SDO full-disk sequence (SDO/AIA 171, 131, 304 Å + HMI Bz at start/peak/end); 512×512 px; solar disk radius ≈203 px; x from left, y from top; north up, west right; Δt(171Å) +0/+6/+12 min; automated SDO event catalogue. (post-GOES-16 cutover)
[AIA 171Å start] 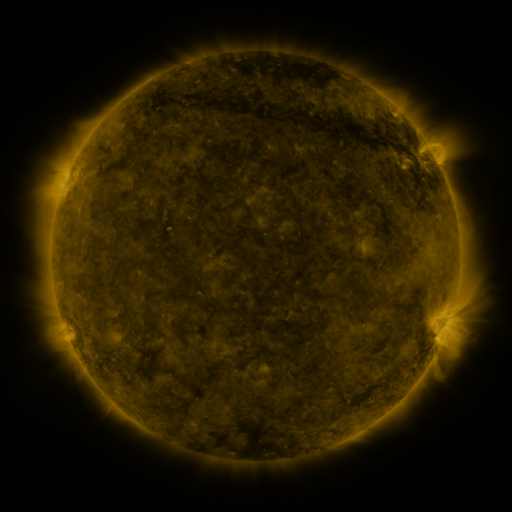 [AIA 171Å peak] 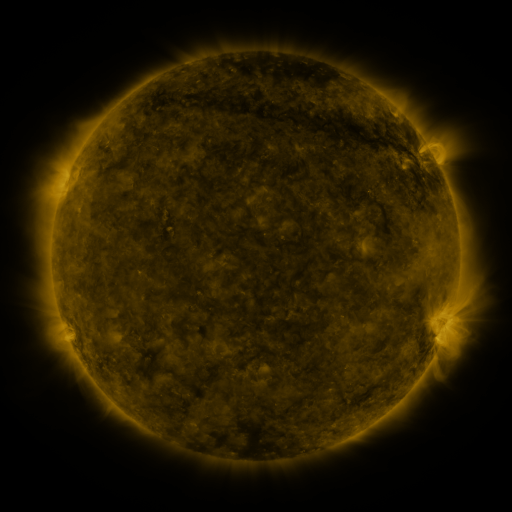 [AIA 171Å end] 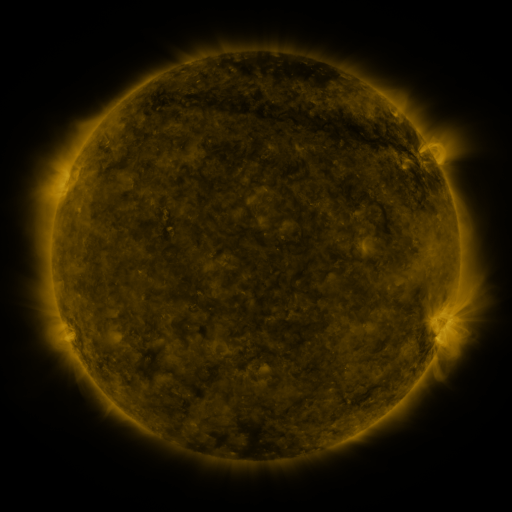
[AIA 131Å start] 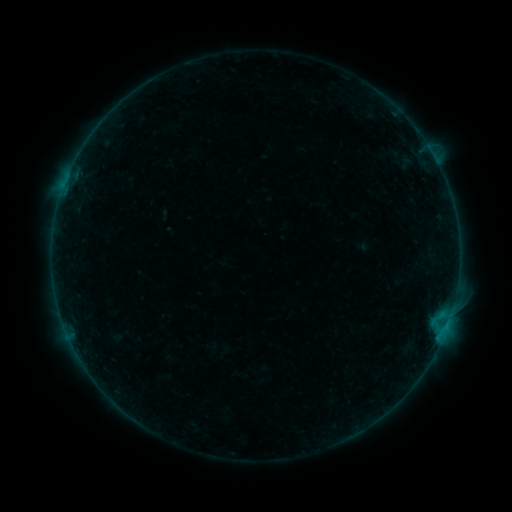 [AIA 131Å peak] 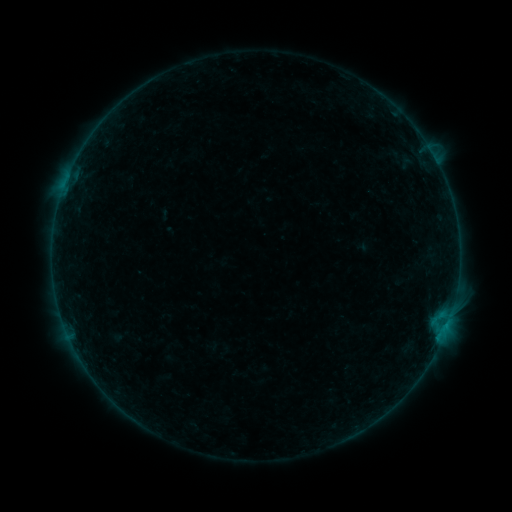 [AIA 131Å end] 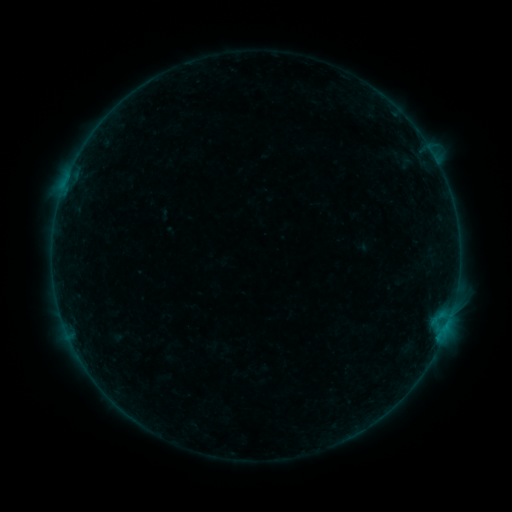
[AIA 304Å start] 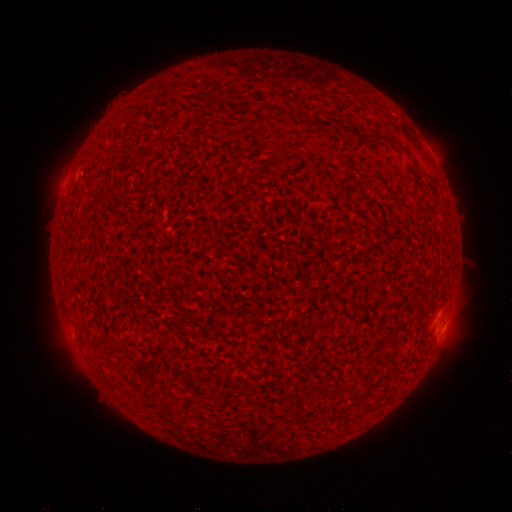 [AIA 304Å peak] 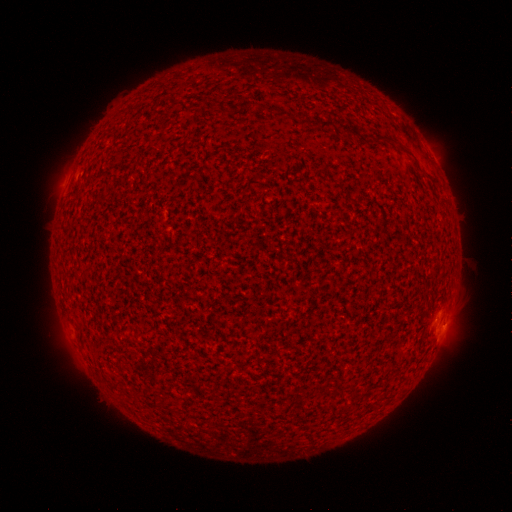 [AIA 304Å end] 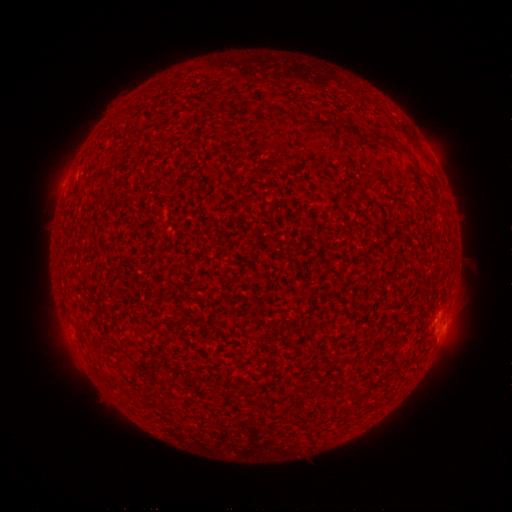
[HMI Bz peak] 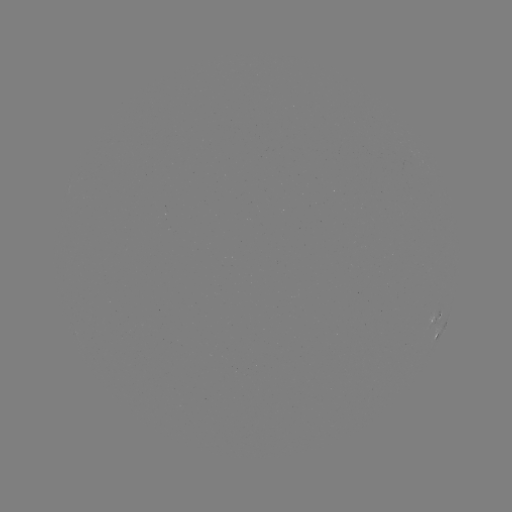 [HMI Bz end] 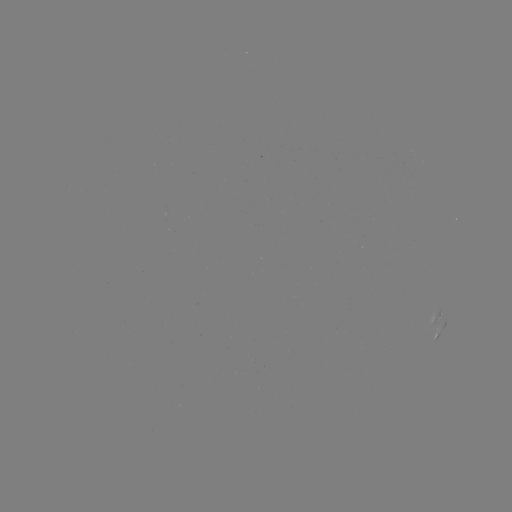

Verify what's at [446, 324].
B1.0 flare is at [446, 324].